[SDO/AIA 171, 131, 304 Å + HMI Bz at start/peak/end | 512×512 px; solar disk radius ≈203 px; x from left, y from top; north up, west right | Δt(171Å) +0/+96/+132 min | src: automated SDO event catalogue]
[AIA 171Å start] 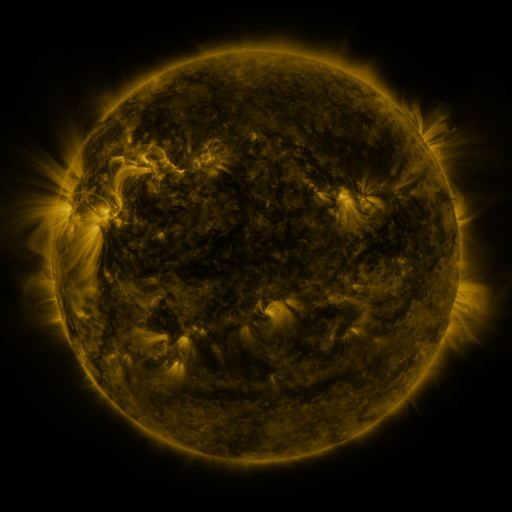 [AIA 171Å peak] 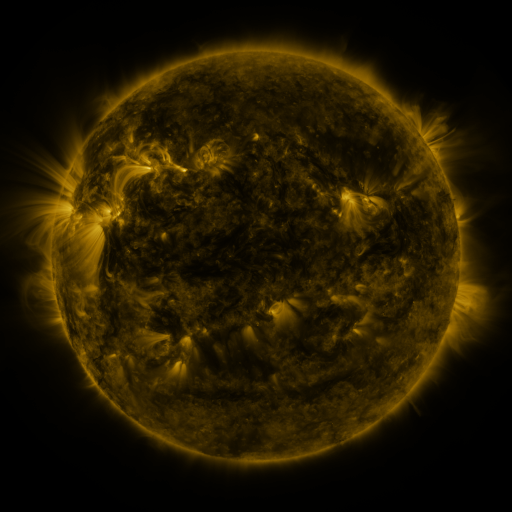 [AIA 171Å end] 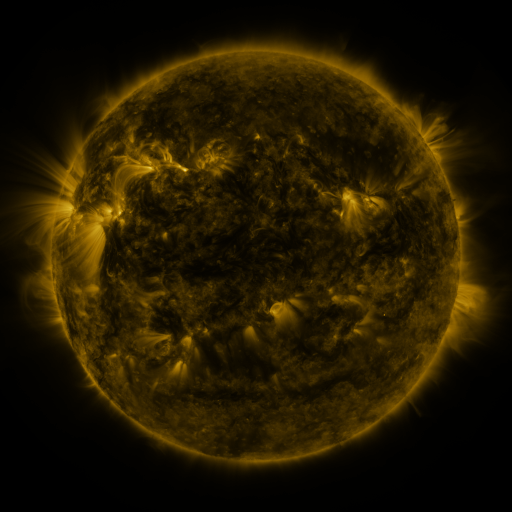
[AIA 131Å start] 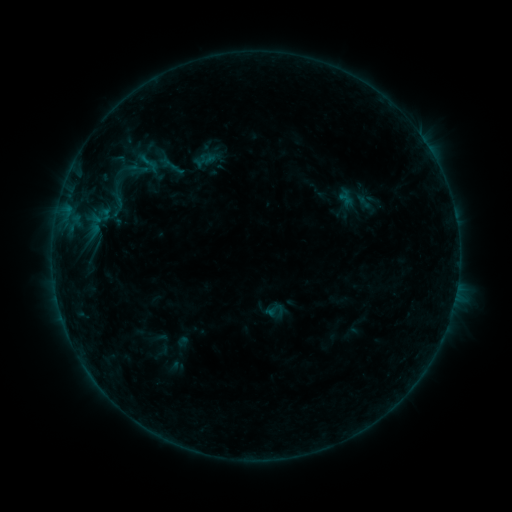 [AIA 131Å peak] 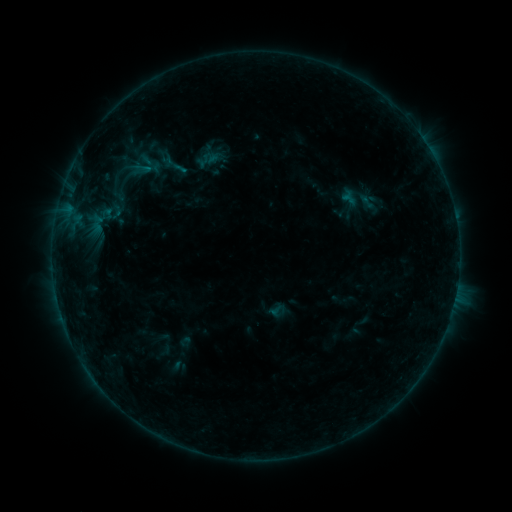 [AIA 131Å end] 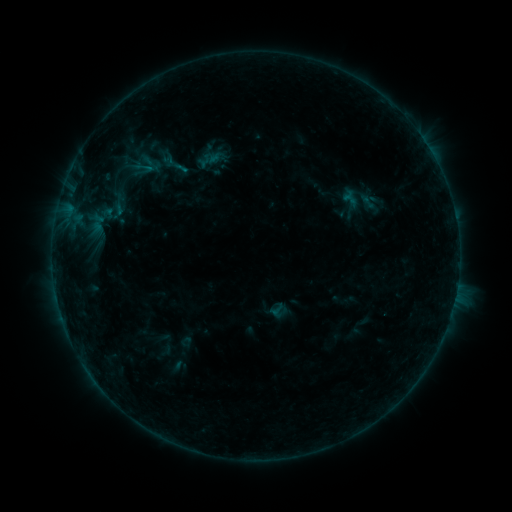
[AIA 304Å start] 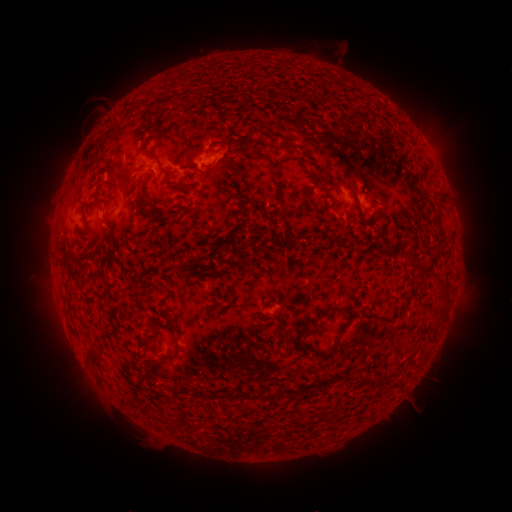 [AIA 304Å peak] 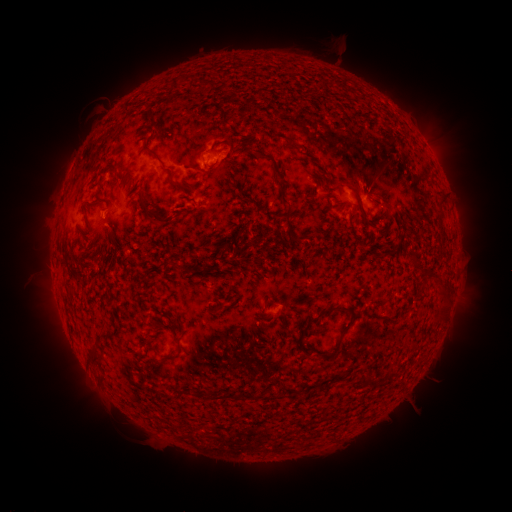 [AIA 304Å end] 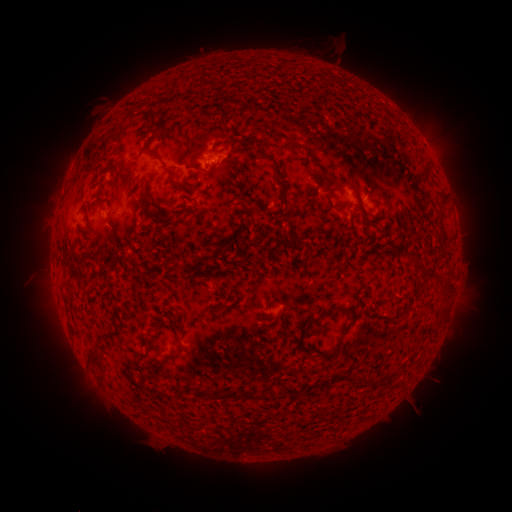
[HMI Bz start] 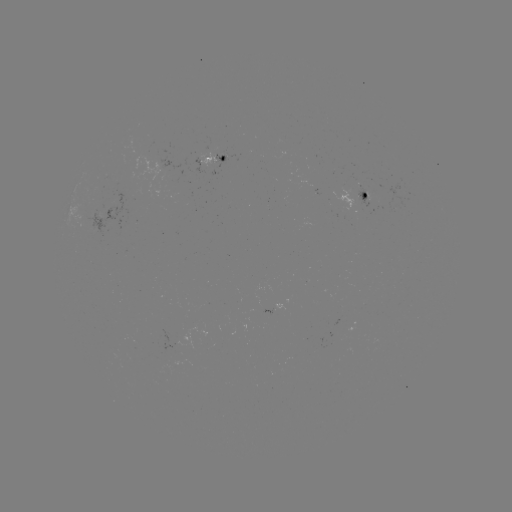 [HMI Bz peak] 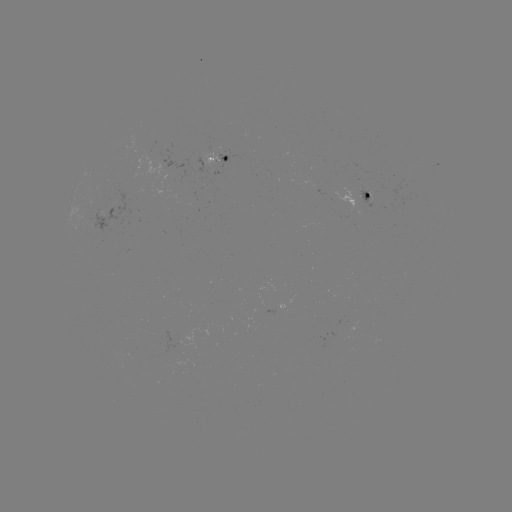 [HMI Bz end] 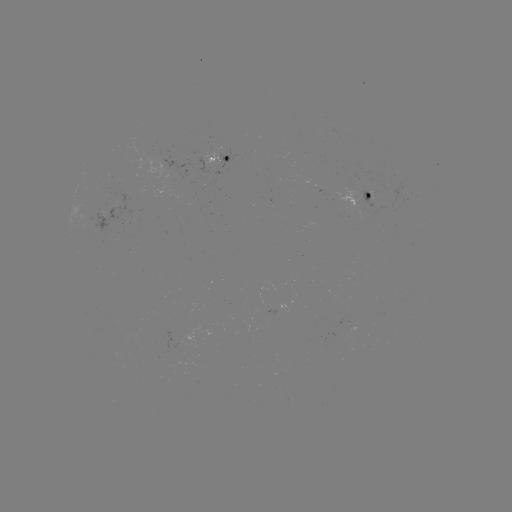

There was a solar emerging-flux region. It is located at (363, 191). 